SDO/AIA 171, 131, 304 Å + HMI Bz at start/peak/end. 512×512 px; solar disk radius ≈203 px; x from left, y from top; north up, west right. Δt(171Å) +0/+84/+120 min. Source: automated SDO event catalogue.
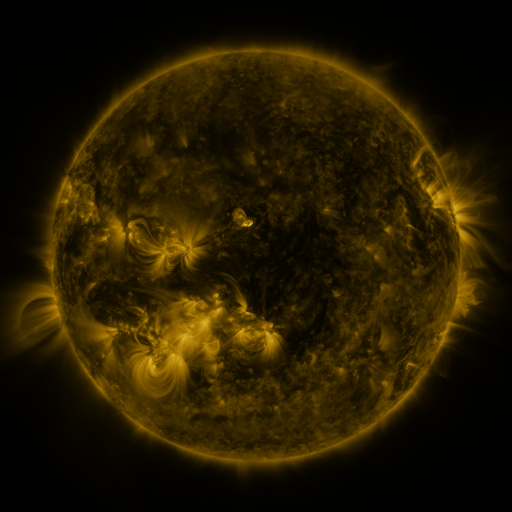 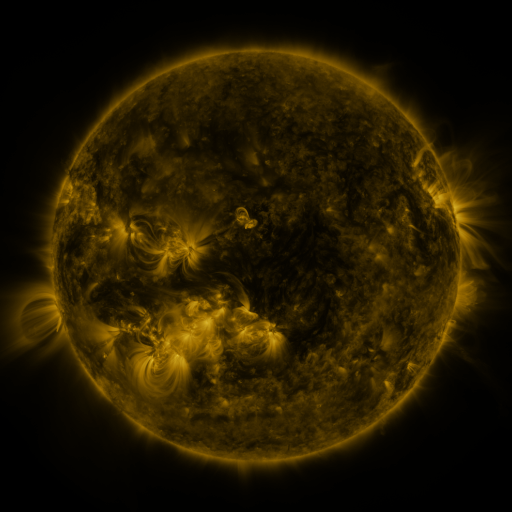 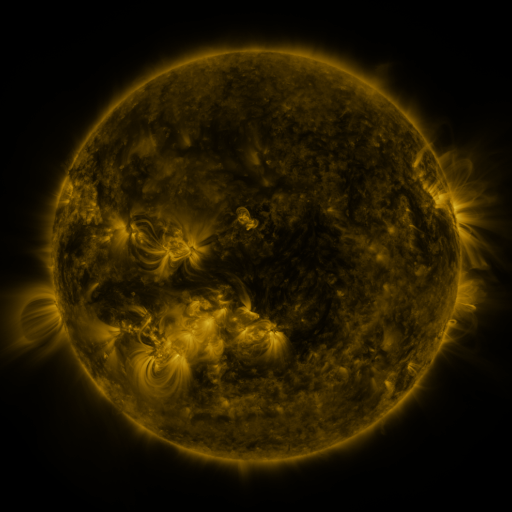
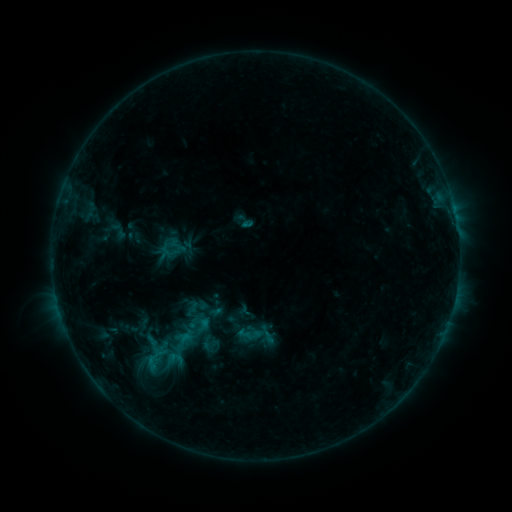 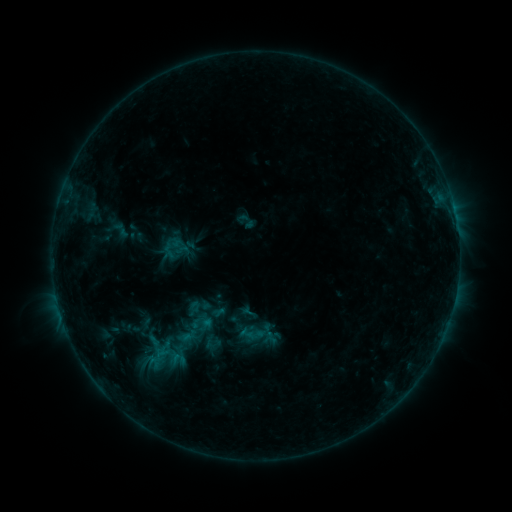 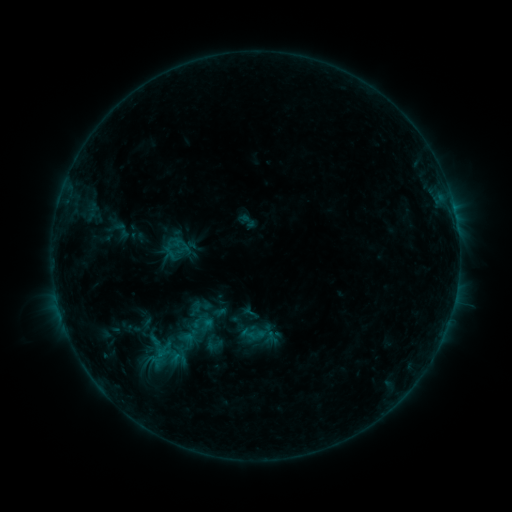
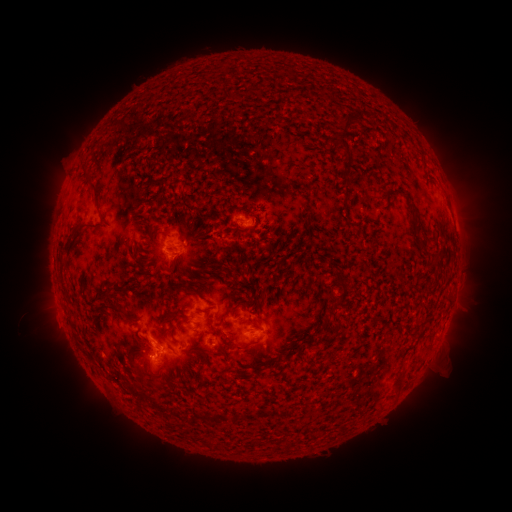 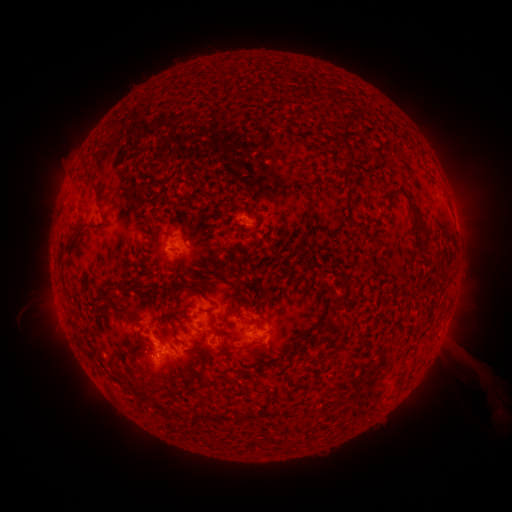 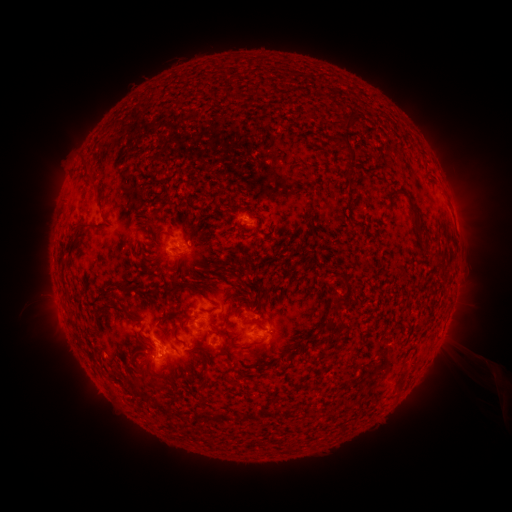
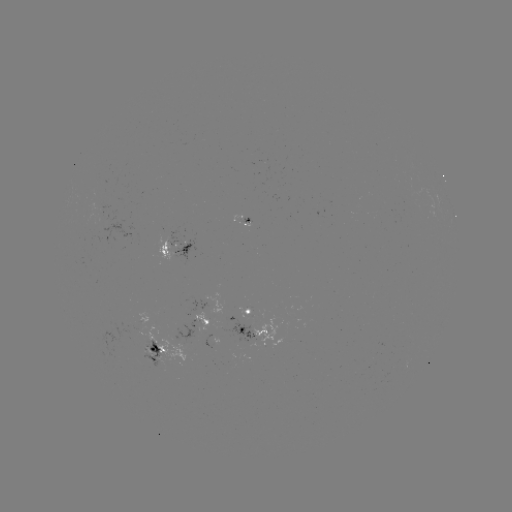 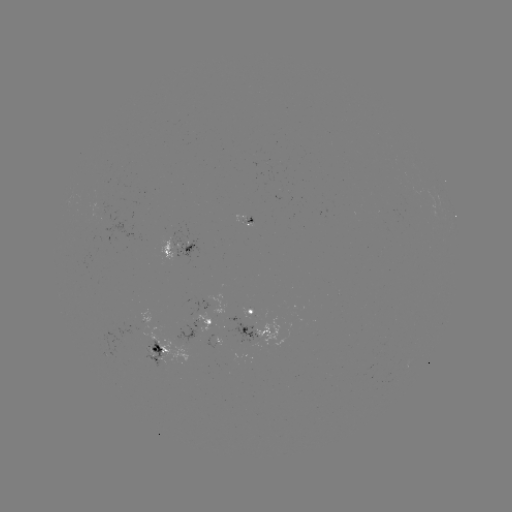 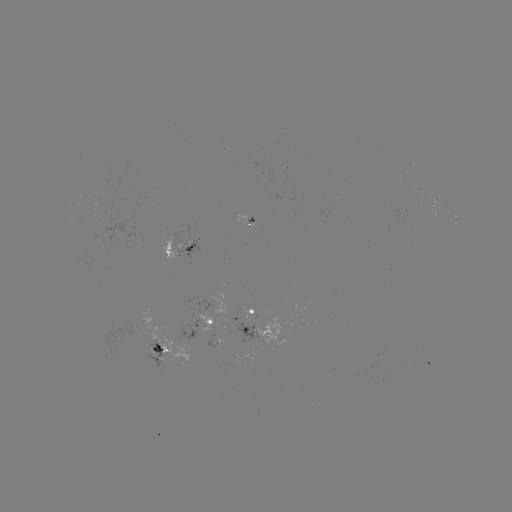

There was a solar emerging-flux region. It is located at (159, 356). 